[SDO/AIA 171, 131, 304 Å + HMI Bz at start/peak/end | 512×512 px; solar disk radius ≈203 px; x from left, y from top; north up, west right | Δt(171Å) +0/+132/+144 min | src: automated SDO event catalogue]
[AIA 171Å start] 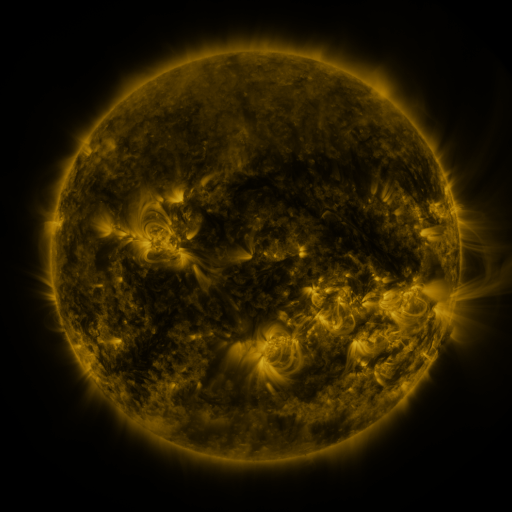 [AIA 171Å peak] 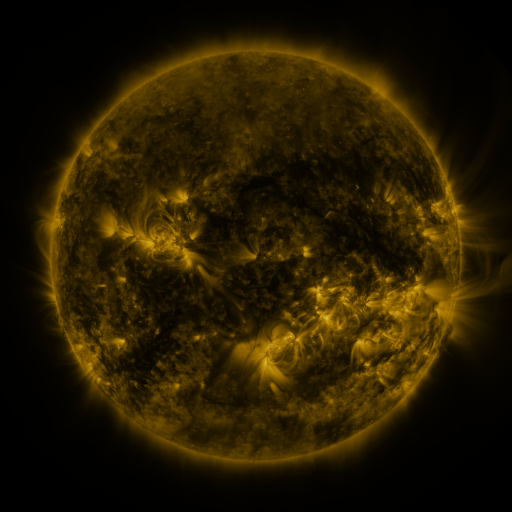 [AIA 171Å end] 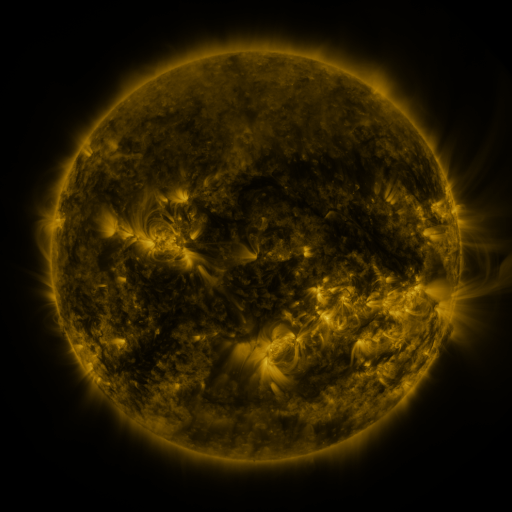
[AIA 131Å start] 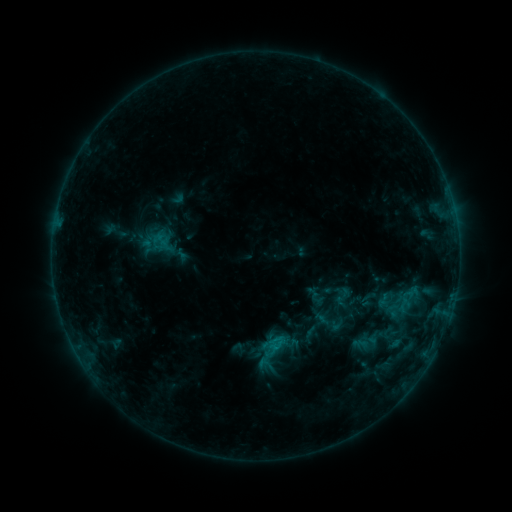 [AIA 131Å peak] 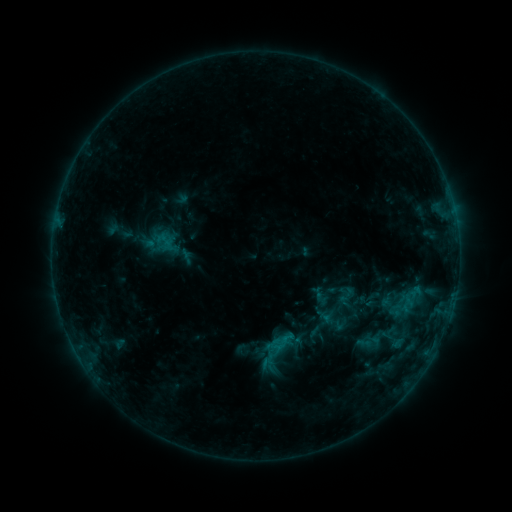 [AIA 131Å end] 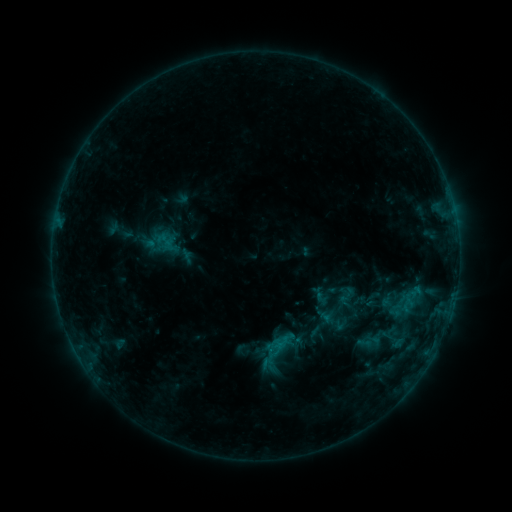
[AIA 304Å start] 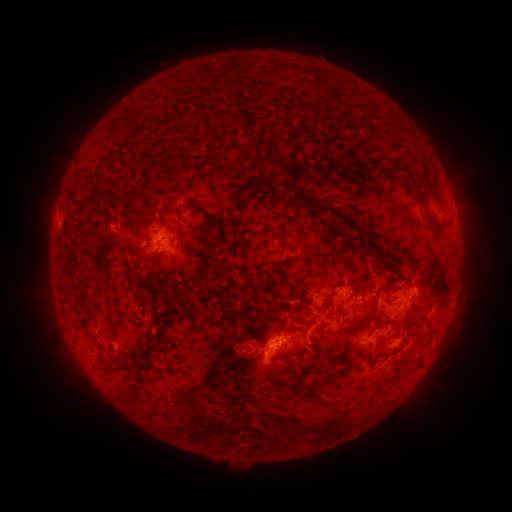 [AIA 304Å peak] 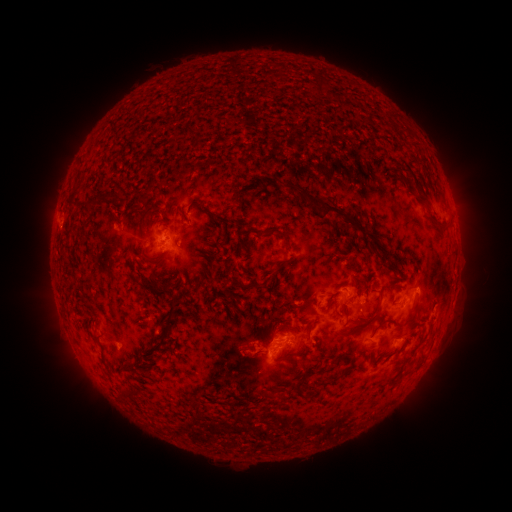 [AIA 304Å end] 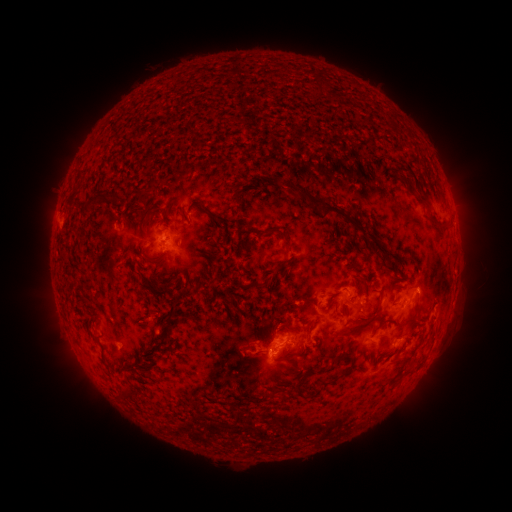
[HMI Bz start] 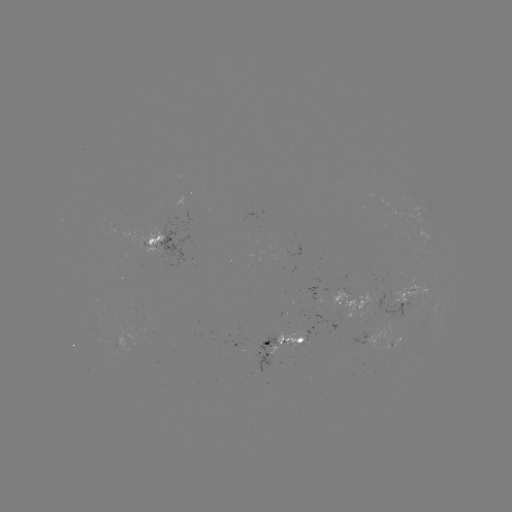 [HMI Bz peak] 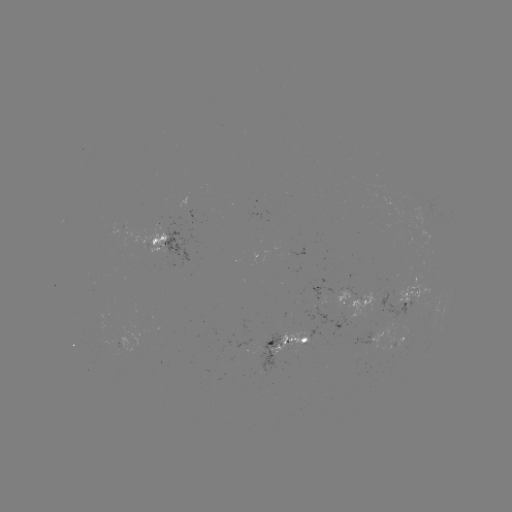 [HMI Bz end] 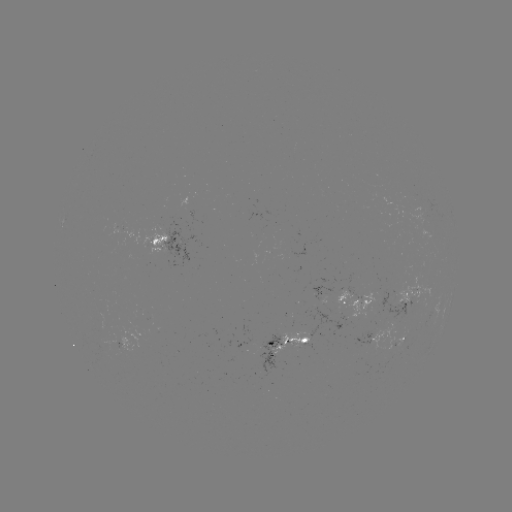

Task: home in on emerging-flux region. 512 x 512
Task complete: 261,351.